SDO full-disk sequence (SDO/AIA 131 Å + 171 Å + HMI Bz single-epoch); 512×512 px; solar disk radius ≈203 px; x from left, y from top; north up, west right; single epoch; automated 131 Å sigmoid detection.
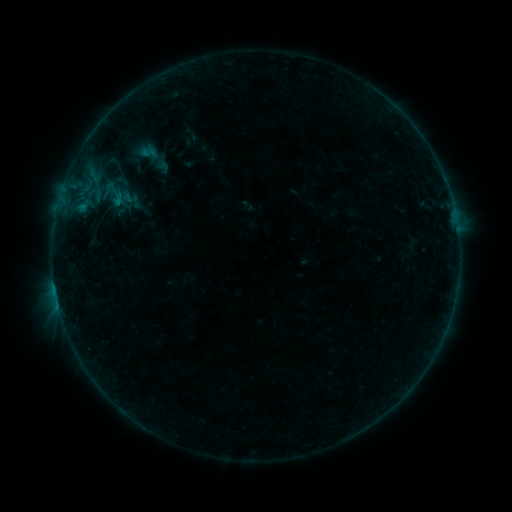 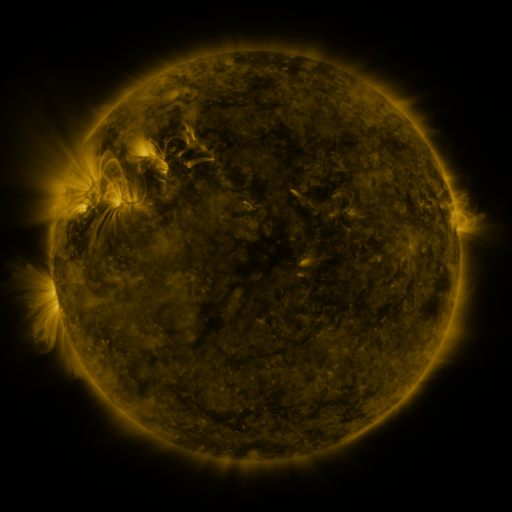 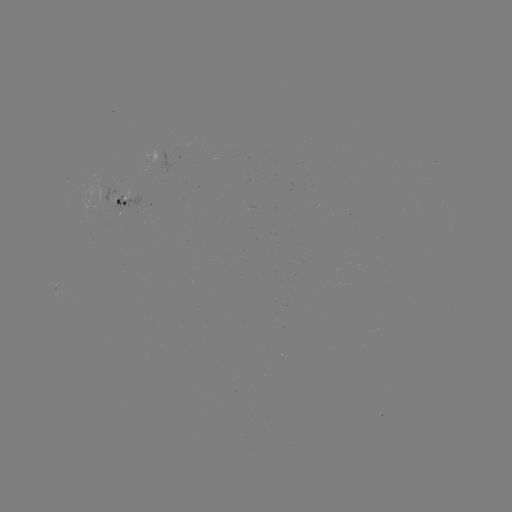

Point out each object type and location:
sigmoid: (121, 129, 175, 184)
sigmoid: (100, 179, 129, 208)
